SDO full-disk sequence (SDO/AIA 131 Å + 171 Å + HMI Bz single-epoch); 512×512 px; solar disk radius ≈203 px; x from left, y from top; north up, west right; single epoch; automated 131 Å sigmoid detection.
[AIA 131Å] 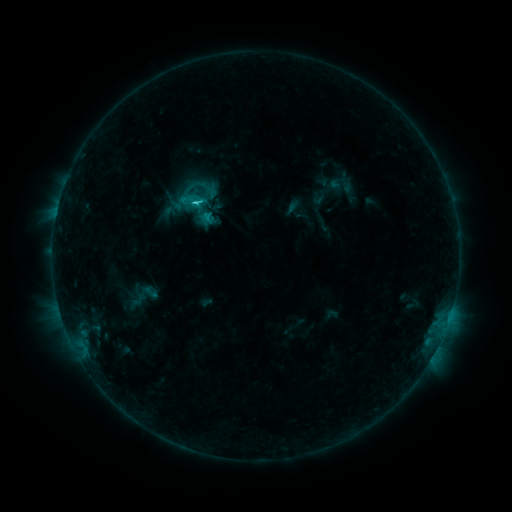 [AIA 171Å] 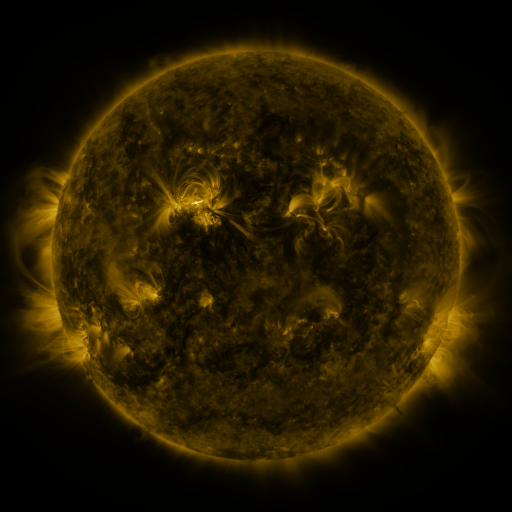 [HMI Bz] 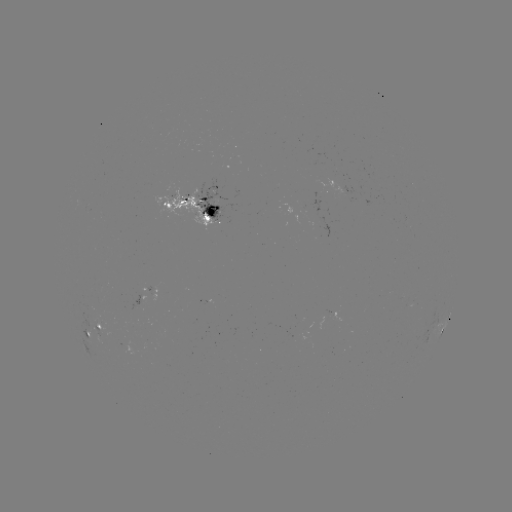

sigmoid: (174, 181, 199, 206)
